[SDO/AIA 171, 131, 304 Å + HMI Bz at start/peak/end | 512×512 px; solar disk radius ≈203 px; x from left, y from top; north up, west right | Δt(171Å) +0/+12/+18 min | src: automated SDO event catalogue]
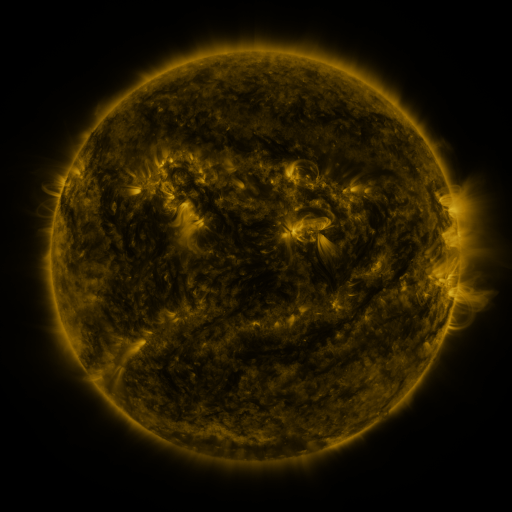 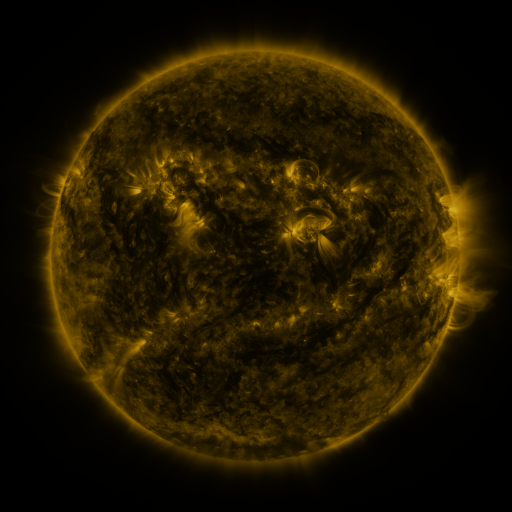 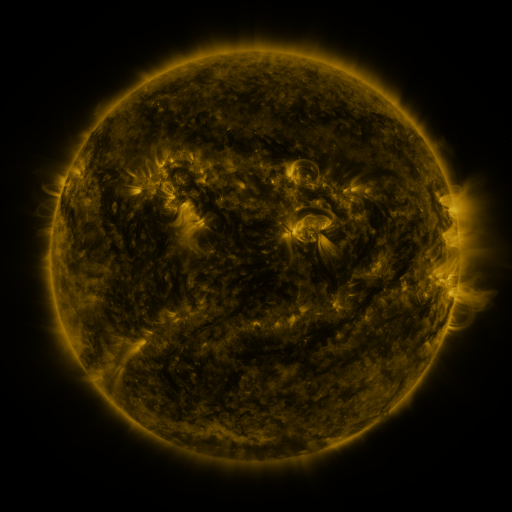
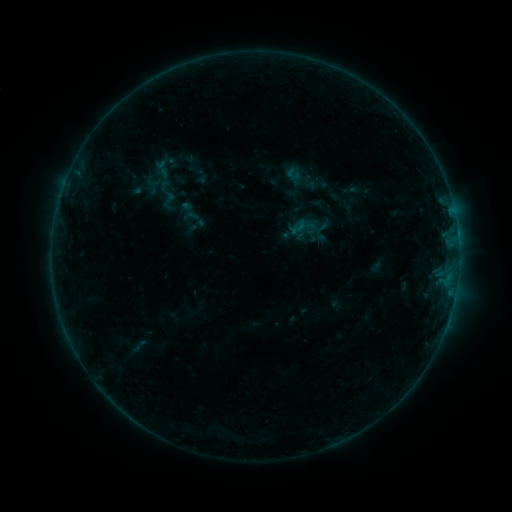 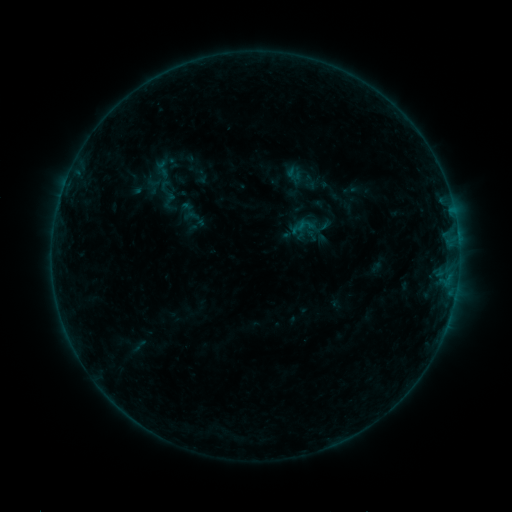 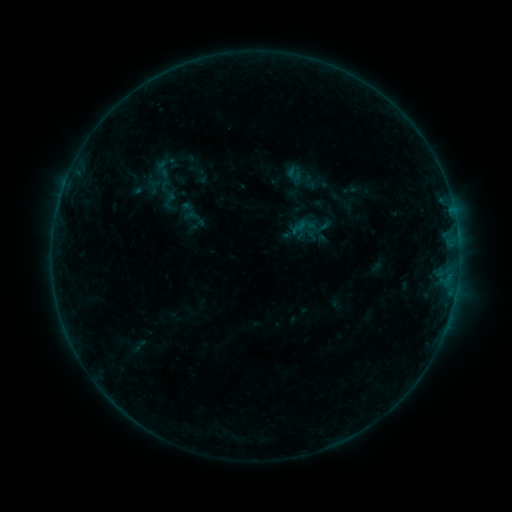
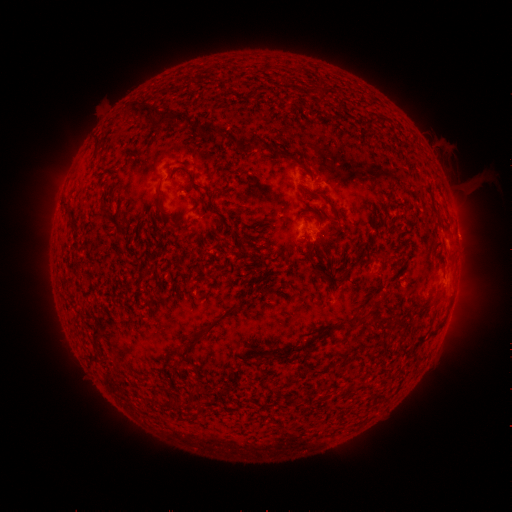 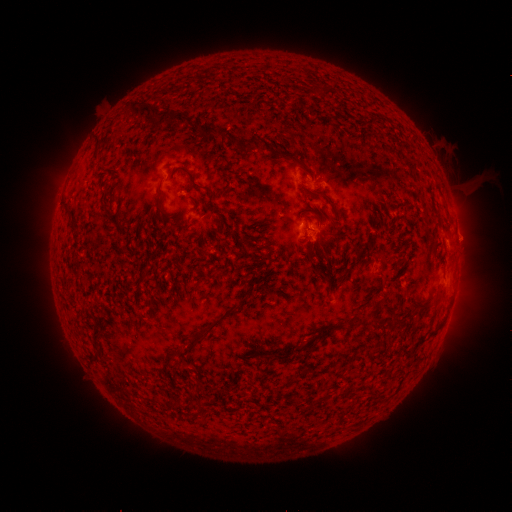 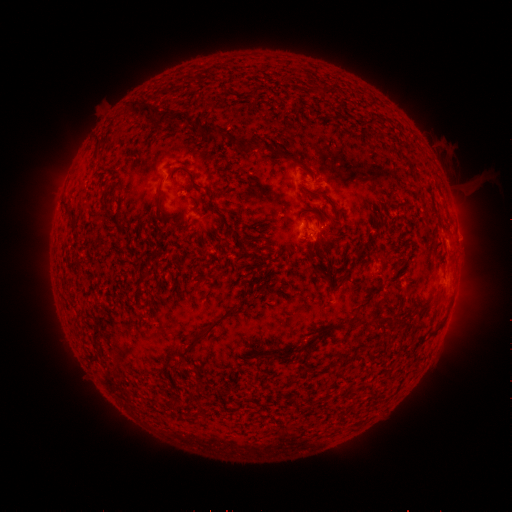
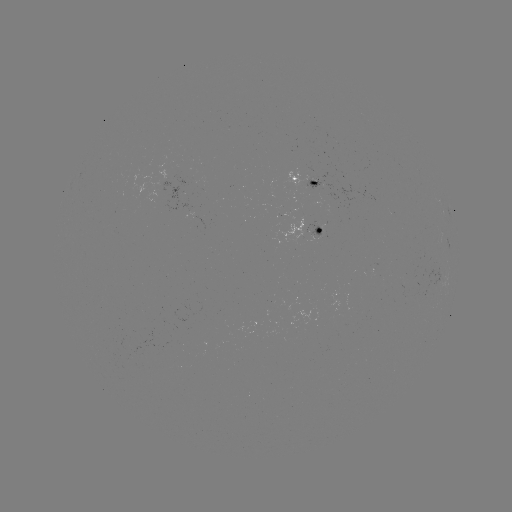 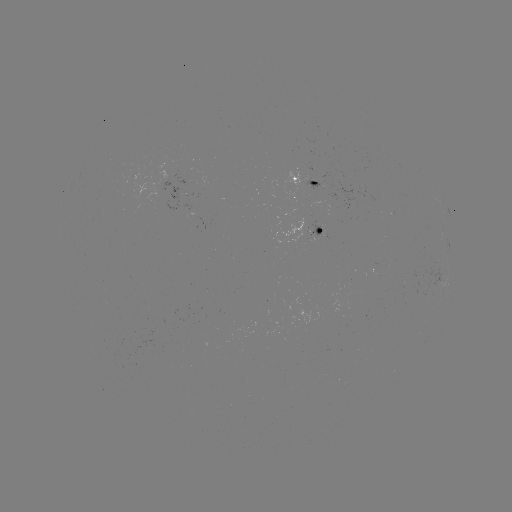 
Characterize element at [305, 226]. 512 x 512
B2.5 flare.